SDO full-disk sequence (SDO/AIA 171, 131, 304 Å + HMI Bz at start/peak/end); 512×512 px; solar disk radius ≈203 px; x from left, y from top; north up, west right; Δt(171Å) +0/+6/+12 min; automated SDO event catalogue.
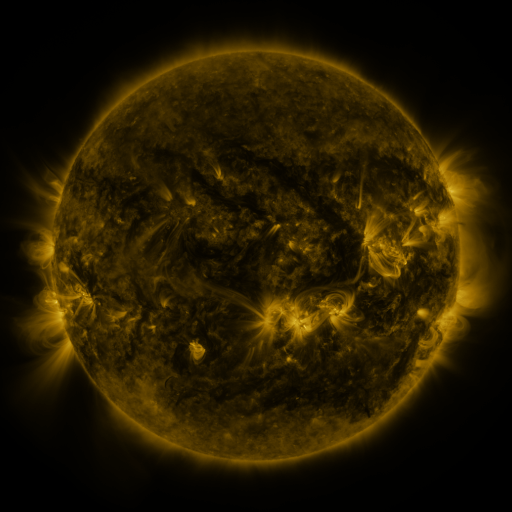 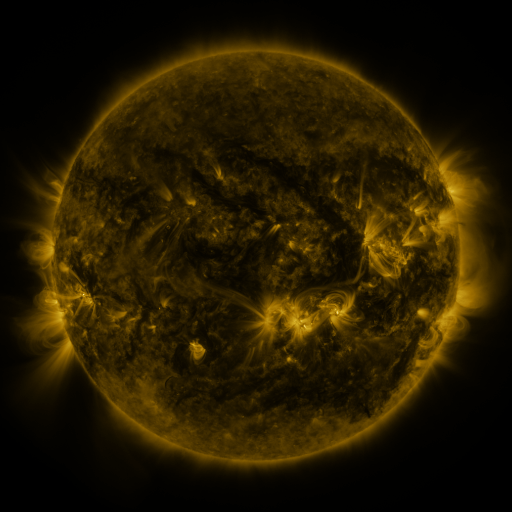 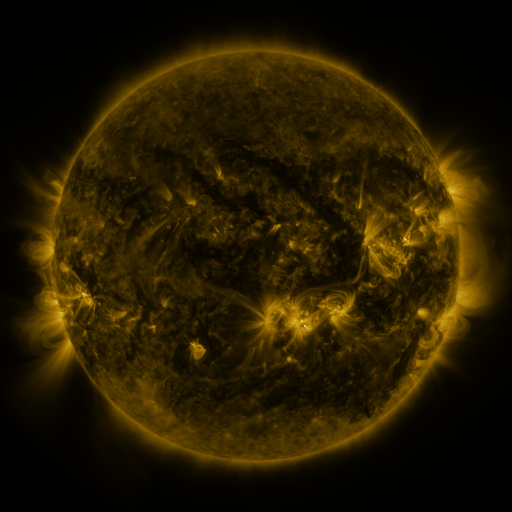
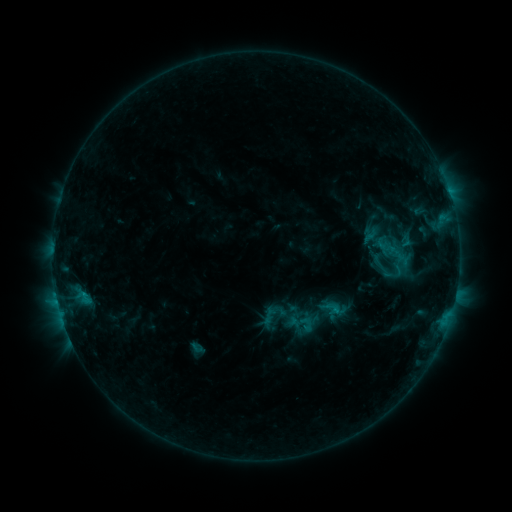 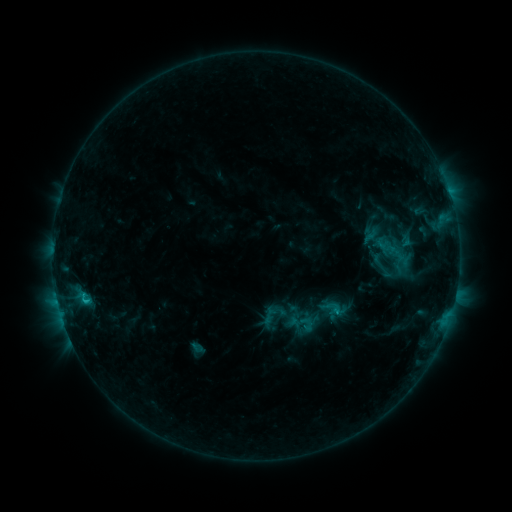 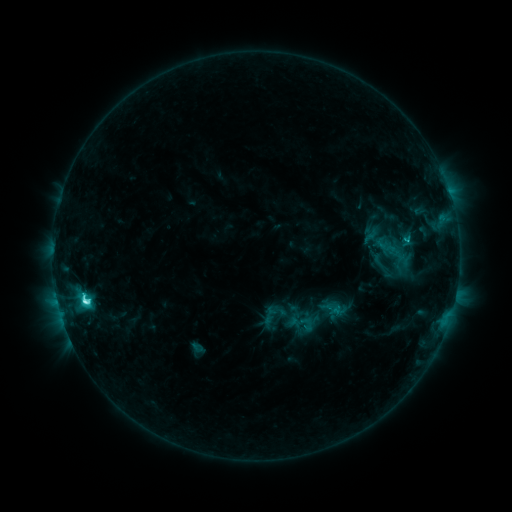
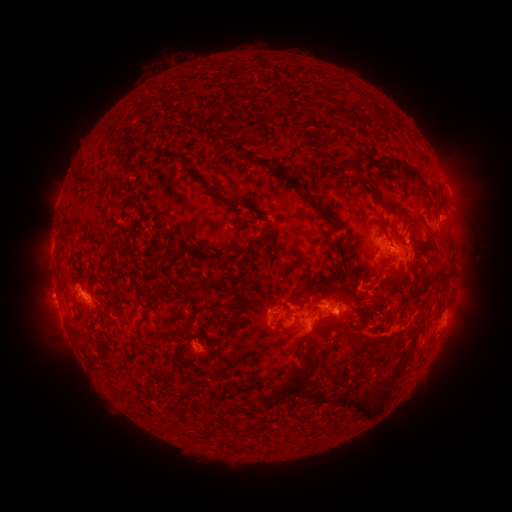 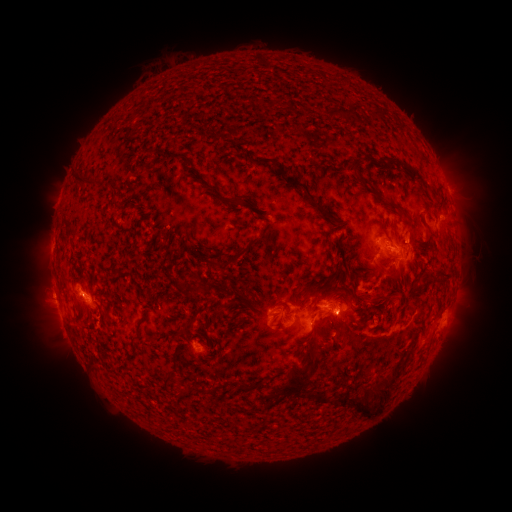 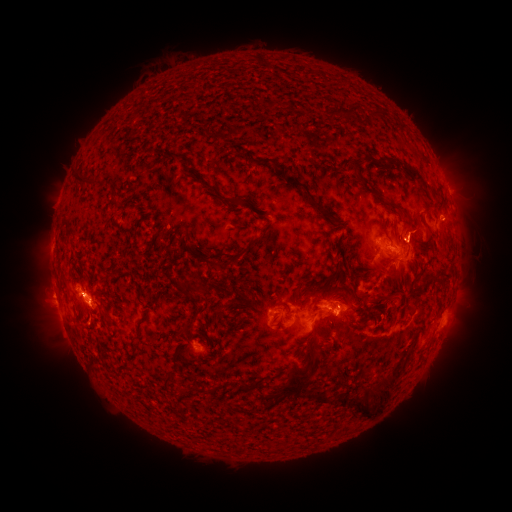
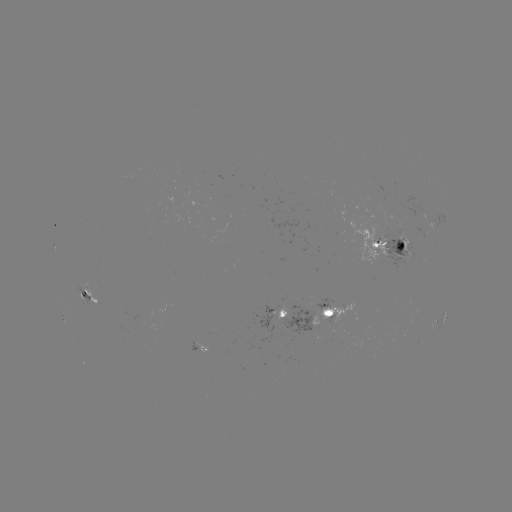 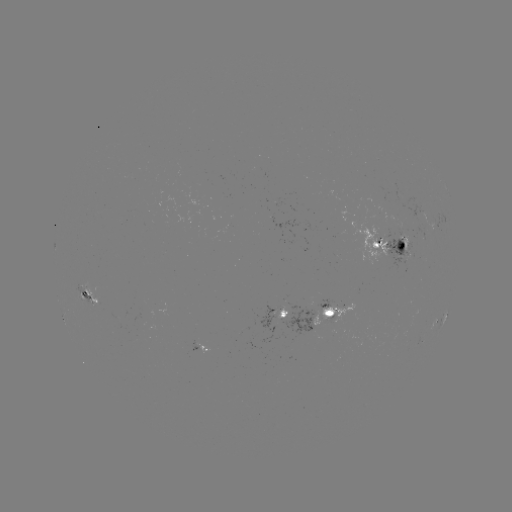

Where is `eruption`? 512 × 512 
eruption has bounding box [64, 275, 123, 347].